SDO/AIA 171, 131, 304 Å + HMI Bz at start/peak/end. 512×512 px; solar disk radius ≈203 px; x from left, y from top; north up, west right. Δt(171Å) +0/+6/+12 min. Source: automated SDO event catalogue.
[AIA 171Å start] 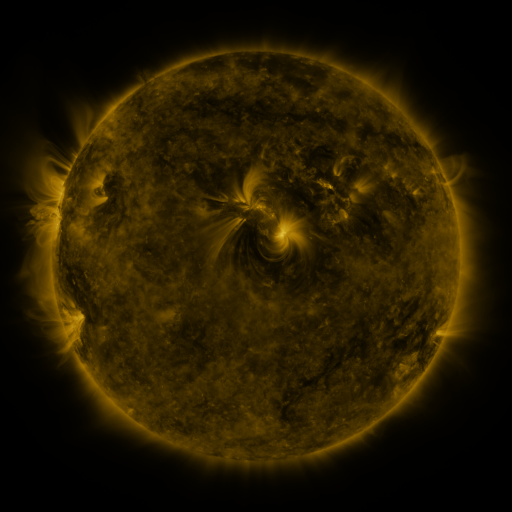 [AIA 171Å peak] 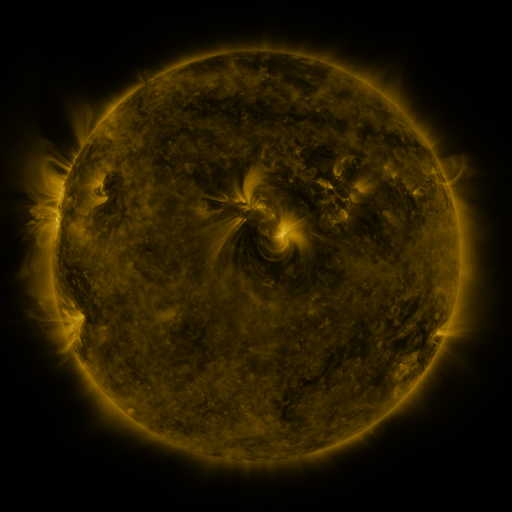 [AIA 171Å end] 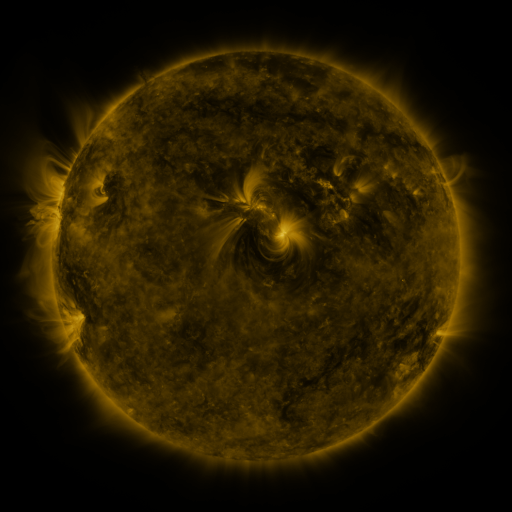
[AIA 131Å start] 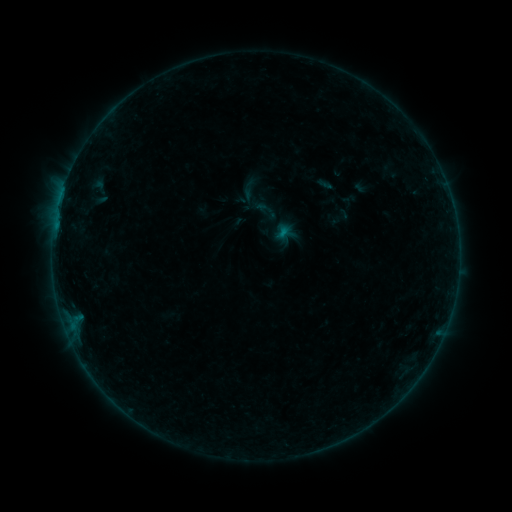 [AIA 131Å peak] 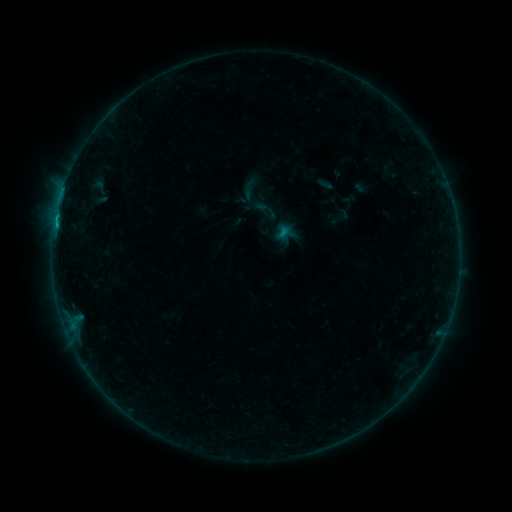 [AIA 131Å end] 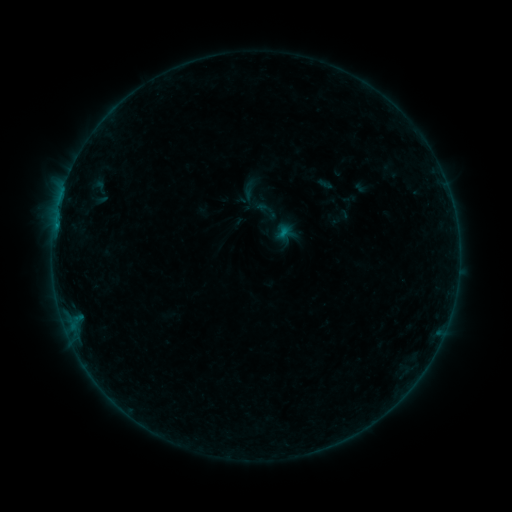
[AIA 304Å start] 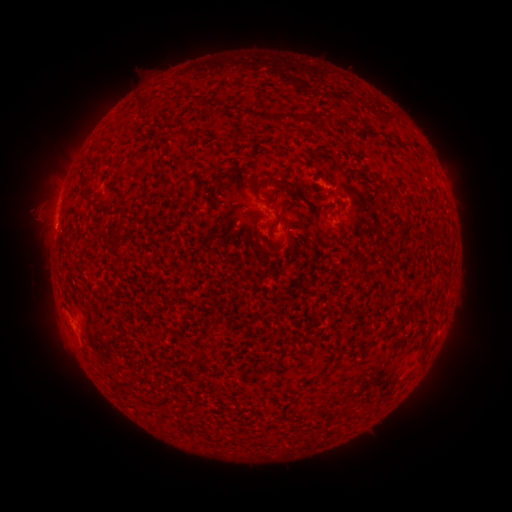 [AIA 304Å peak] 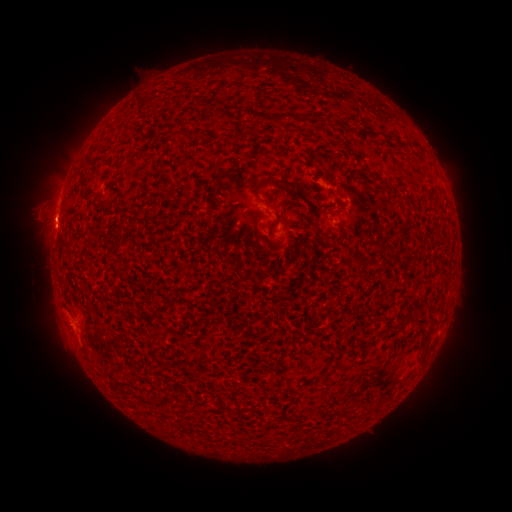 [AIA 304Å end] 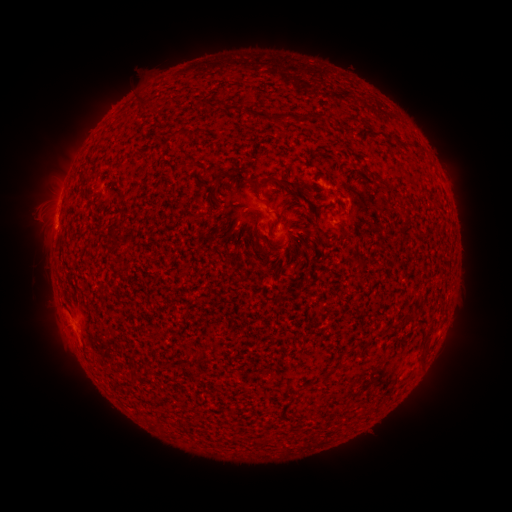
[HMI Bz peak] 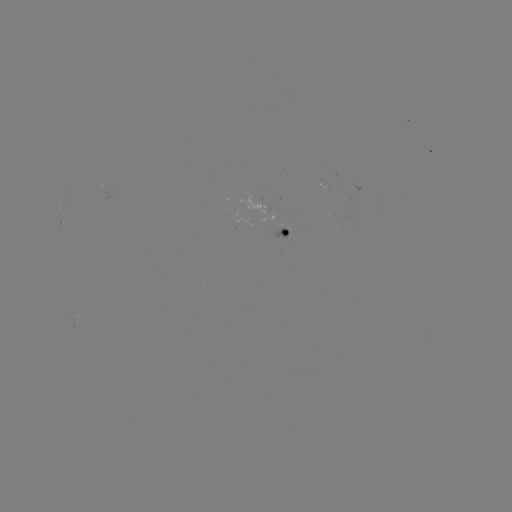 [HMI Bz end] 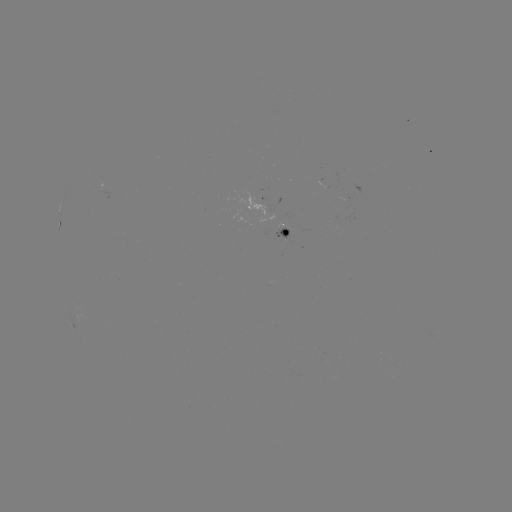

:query B6.6 flare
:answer (58, 228)